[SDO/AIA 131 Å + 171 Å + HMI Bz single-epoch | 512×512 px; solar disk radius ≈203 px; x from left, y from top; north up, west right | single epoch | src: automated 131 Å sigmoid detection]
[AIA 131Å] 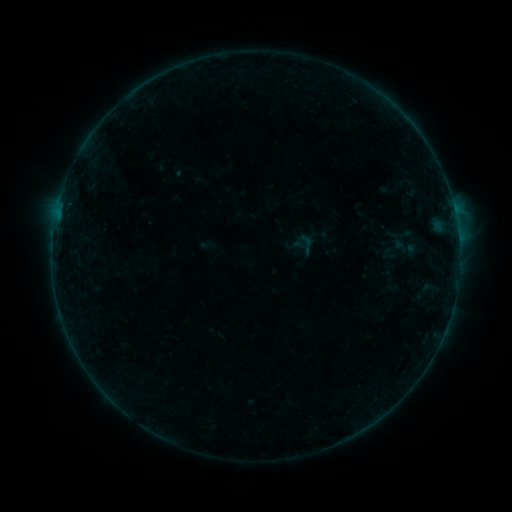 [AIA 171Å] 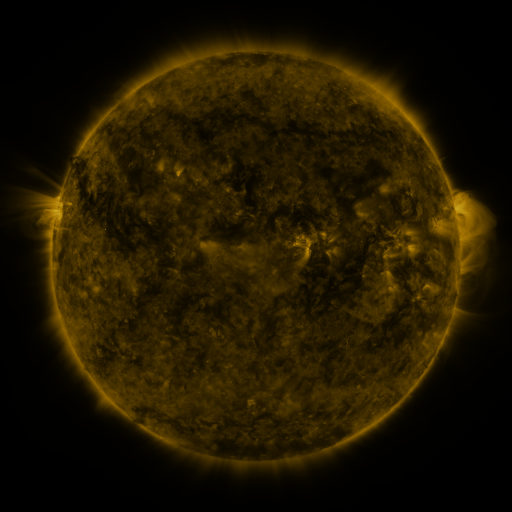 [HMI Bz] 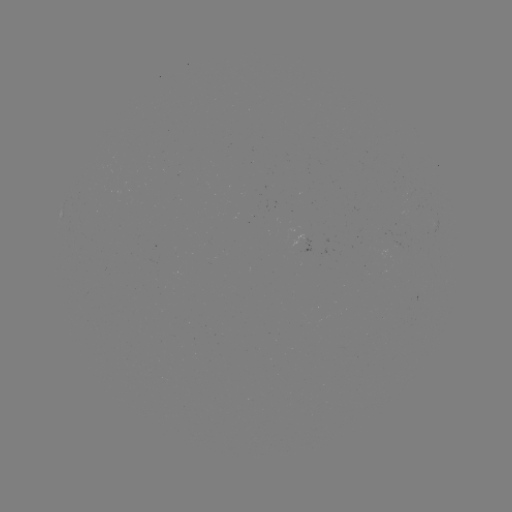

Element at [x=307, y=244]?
sigmoid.